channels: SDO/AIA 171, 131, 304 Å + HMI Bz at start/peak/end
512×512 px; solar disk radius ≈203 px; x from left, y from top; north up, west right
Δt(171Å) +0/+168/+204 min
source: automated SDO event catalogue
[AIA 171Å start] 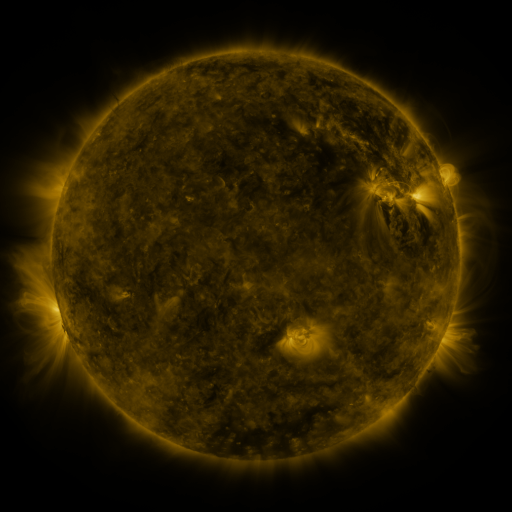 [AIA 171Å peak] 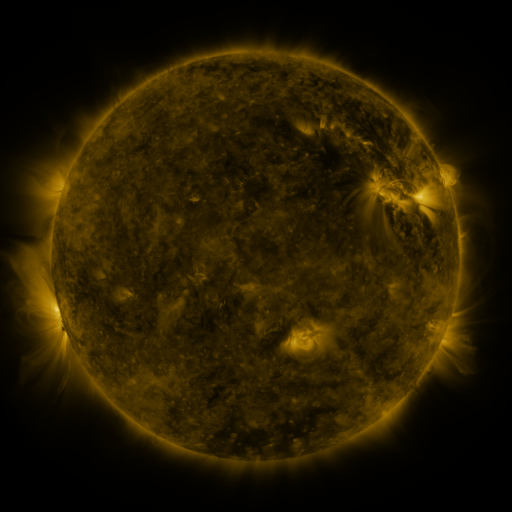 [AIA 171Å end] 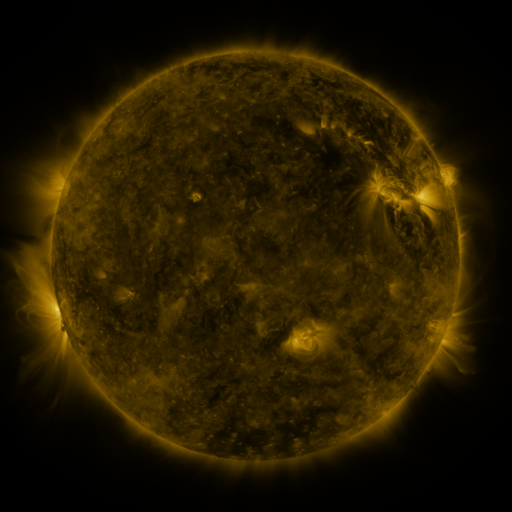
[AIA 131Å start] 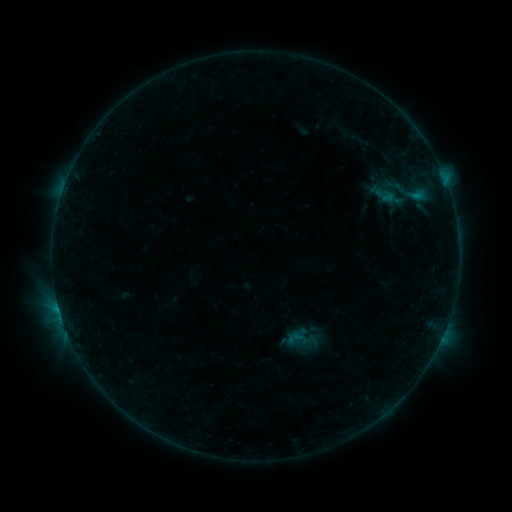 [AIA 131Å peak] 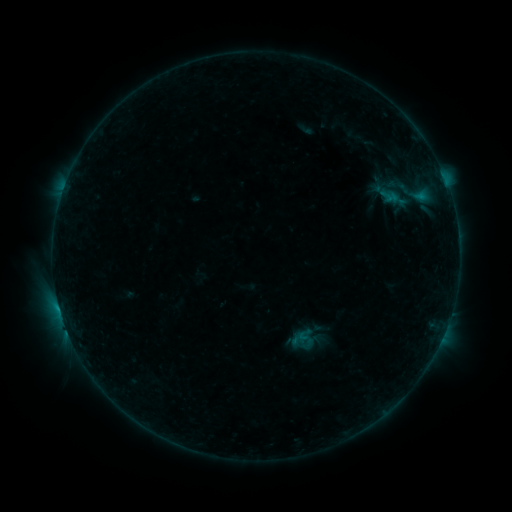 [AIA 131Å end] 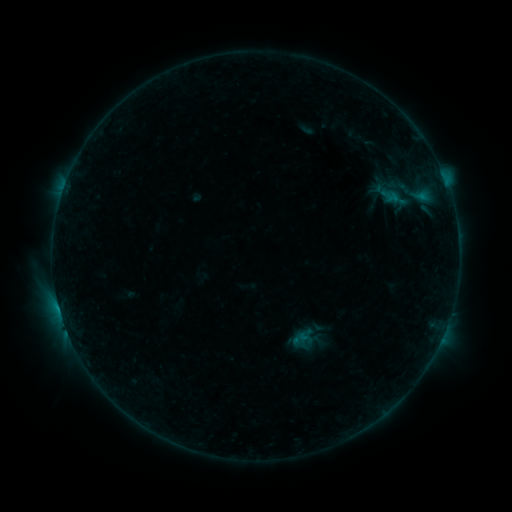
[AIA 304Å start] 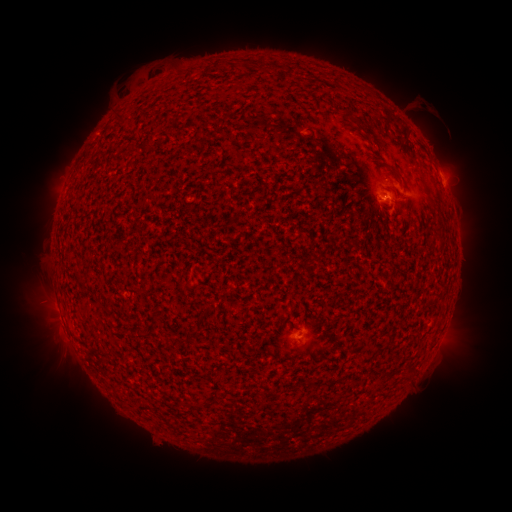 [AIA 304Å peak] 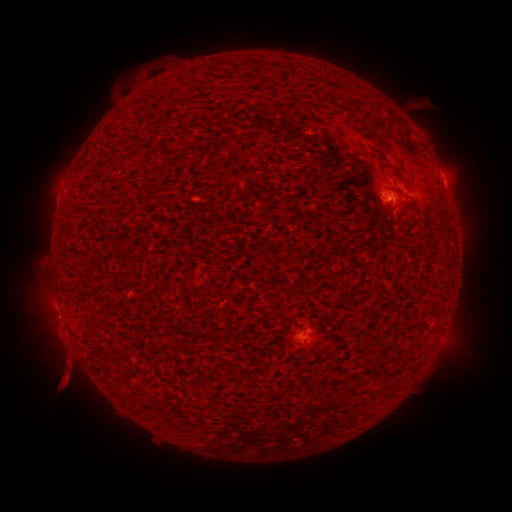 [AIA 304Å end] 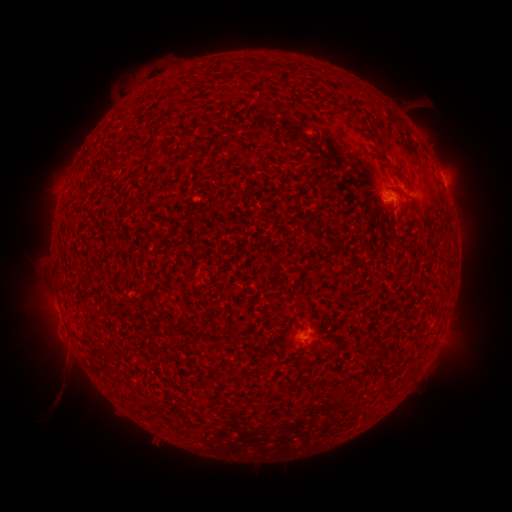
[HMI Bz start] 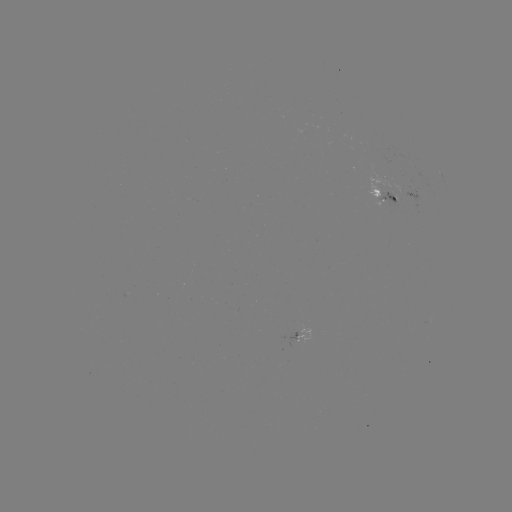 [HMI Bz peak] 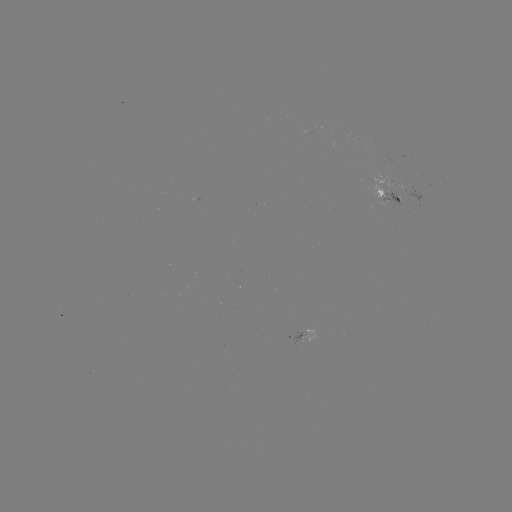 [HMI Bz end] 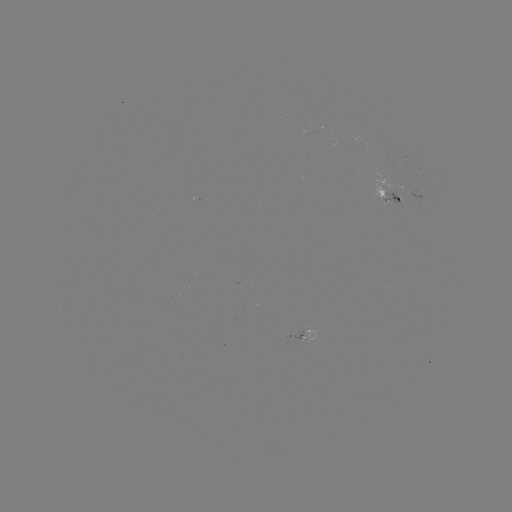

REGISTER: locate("emerging-flux region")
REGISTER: (391, 191)